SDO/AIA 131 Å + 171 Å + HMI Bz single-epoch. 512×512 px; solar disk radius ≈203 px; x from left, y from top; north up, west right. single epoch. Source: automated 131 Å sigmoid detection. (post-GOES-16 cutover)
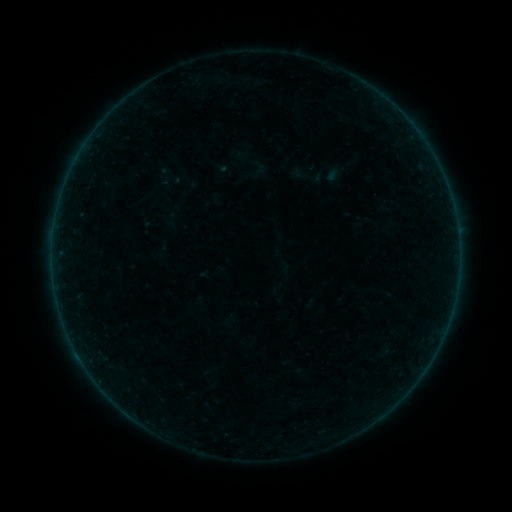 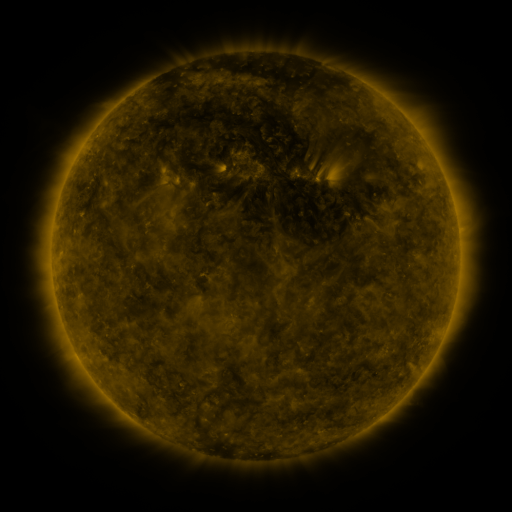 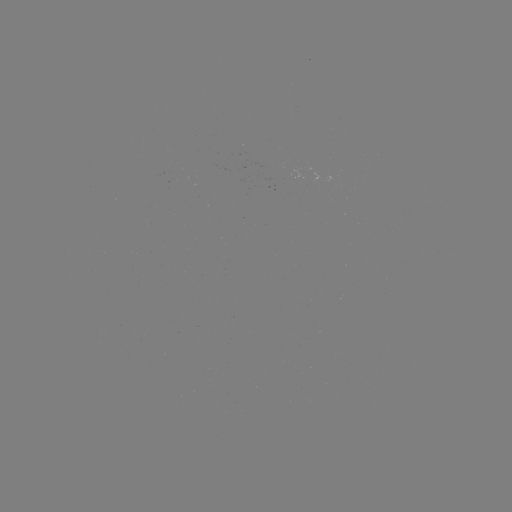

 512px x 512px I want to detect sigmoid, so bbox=[290, 165, 313, 183].